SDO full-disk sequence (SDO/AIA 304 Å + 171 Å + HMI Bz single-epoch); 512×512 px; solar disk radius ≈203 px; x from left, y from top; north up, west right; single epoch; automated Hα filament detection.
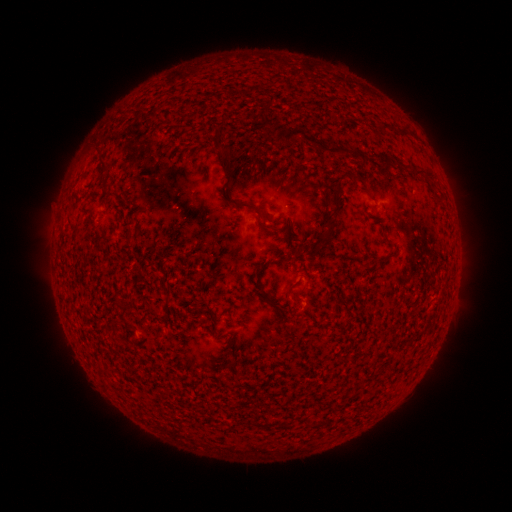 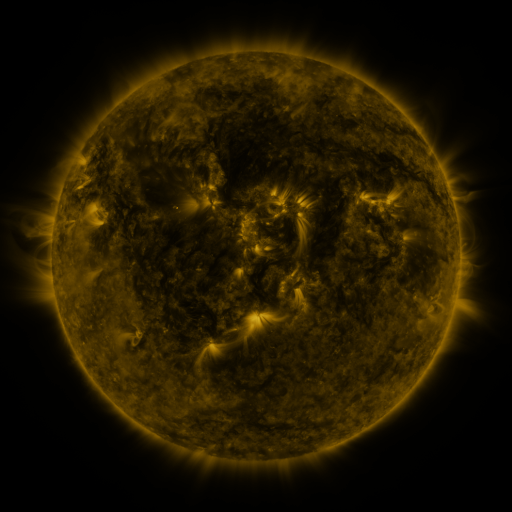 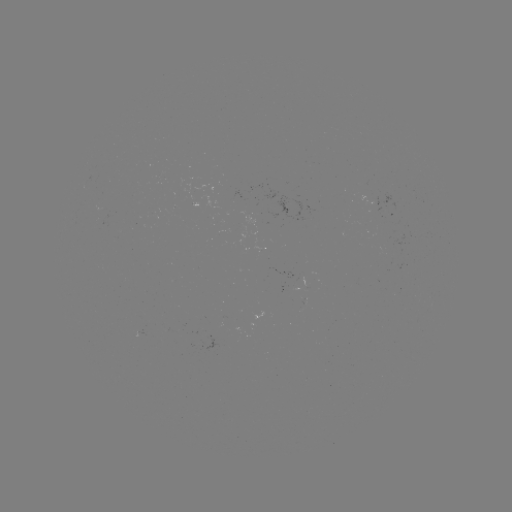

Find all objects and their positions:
filament: (264, 117)
filament: (384, 126)
filament: (314, 141)
filament: (363, 158)
filament: (227, 160)
filament: (102, 165)
filament: (426, 172)
filament: (356, 176)
filament: (111, 194)
filament: (335, 202)
filament: (240, 204)
filament: (329, 226)
filament: (128, 236)
filament: (385, 238)
filament: (323, 240)
filament: (382, 259)
filament: (259, 286)
filament: (105, 370)
